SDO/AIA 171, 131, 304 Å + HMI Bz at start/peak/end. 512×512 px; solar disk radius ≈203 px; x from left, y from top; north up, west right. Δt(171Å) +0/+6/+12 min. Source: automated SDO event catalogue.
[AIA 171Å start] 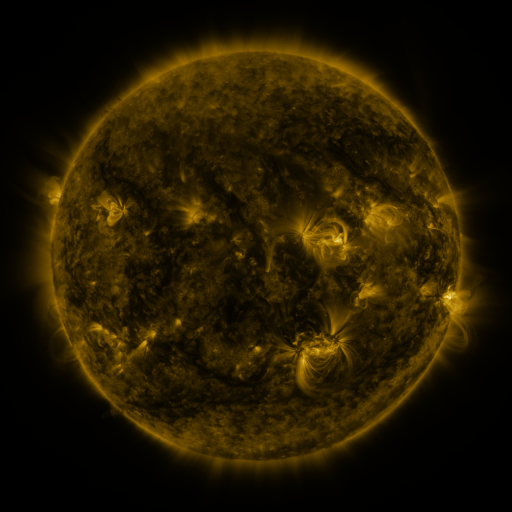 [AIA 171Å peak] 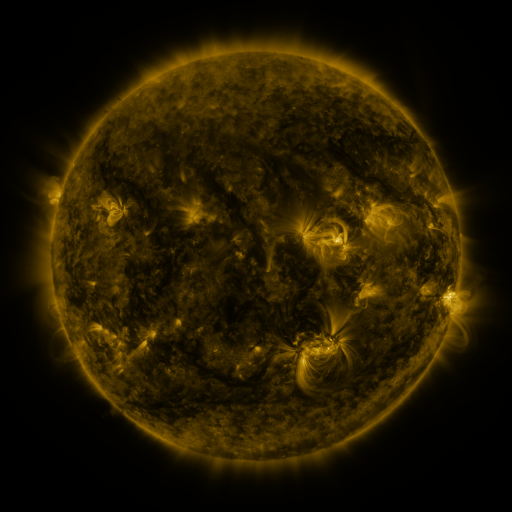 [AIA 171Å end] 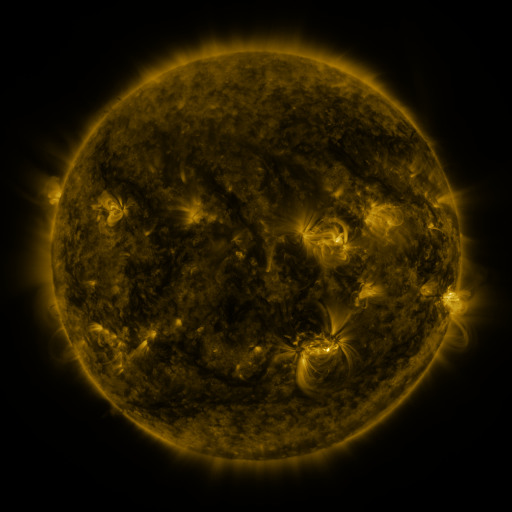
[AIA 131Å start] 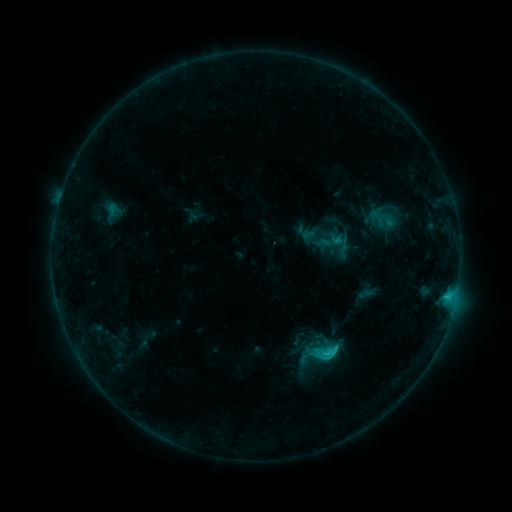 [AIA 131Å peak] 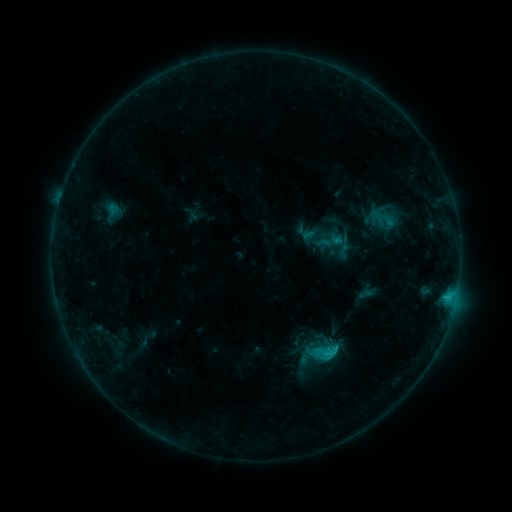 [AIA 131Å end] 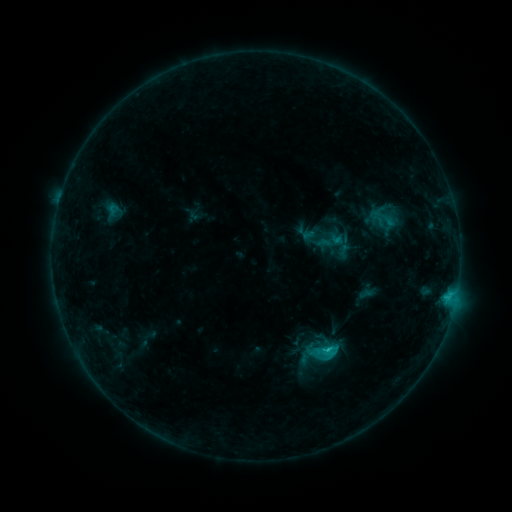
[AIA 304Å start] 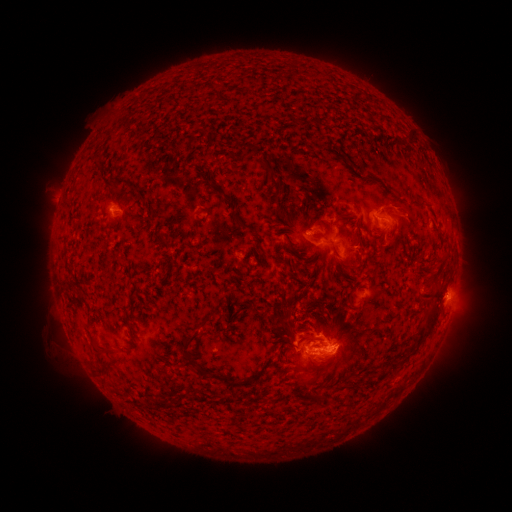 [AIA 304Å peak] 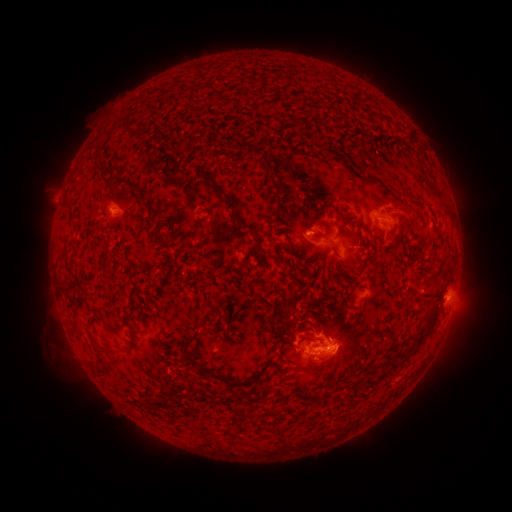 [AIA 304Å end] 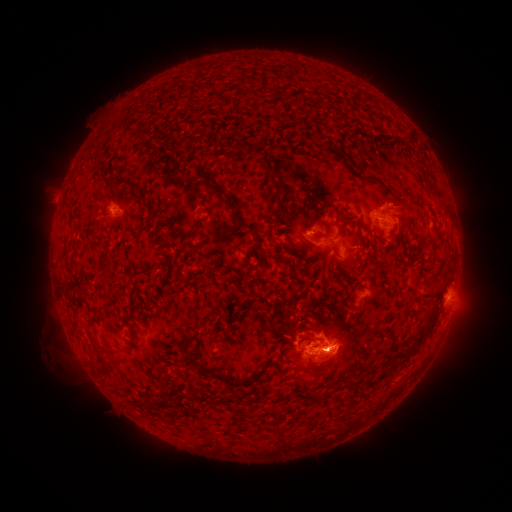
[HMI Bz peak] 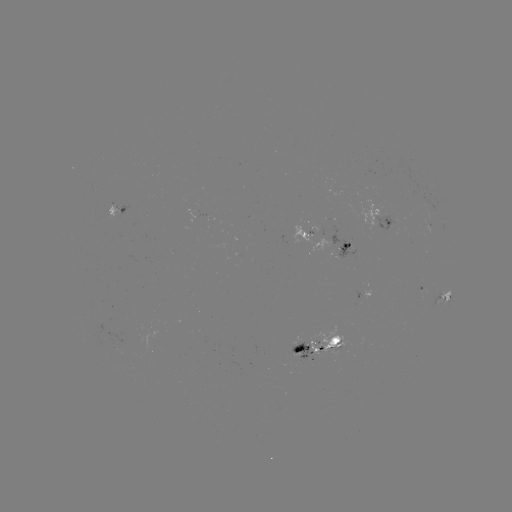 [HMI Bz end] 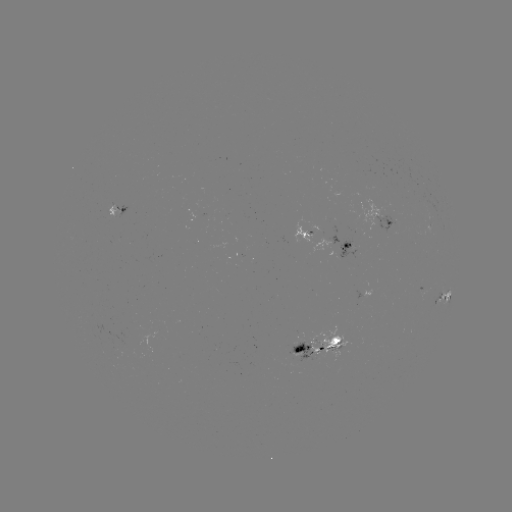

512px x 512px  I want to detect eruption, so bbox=[387, 194, 428, 234].